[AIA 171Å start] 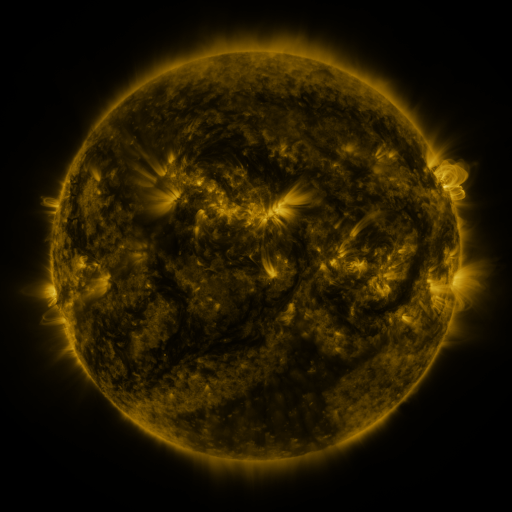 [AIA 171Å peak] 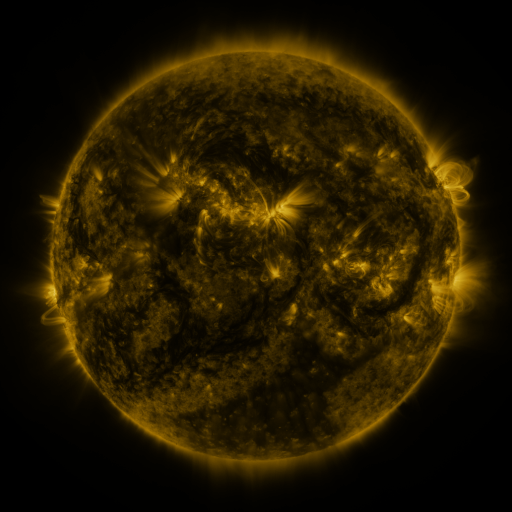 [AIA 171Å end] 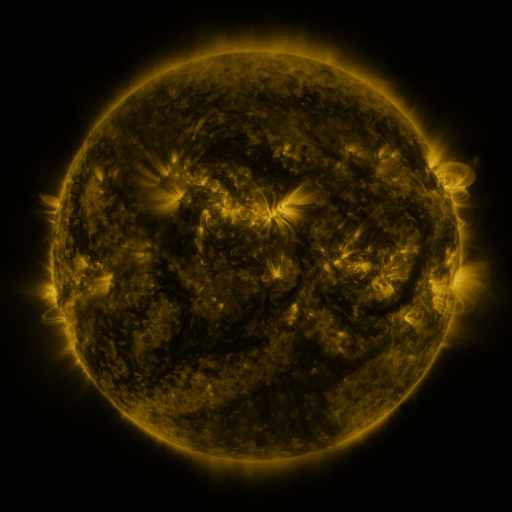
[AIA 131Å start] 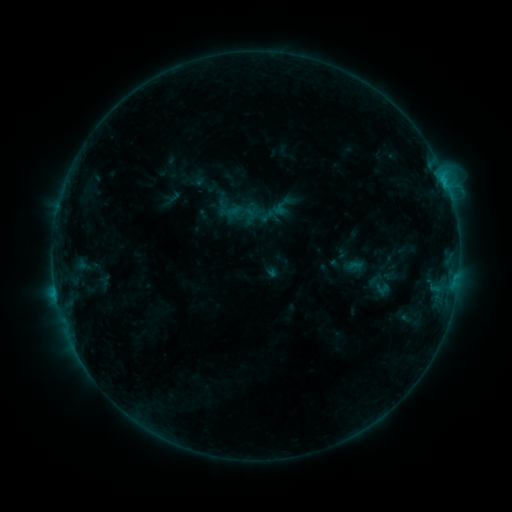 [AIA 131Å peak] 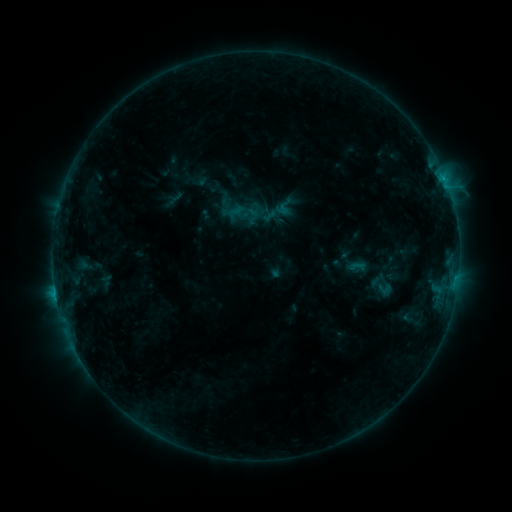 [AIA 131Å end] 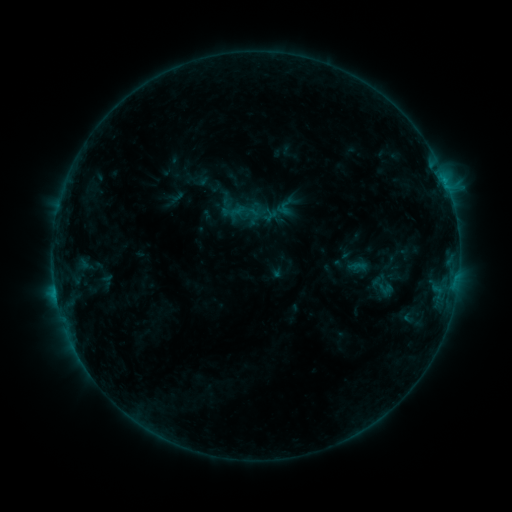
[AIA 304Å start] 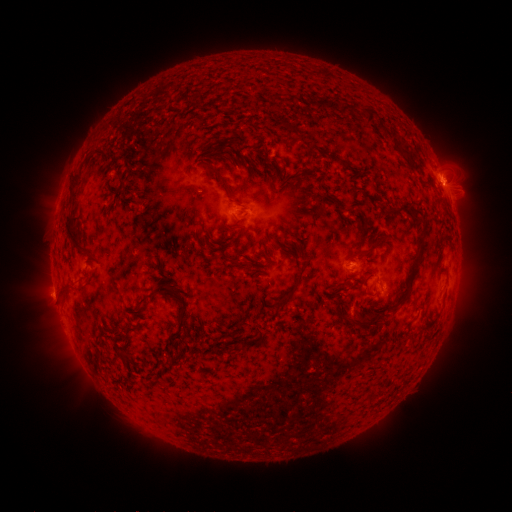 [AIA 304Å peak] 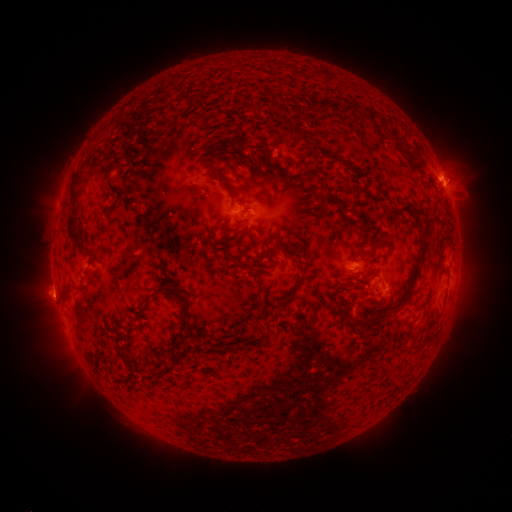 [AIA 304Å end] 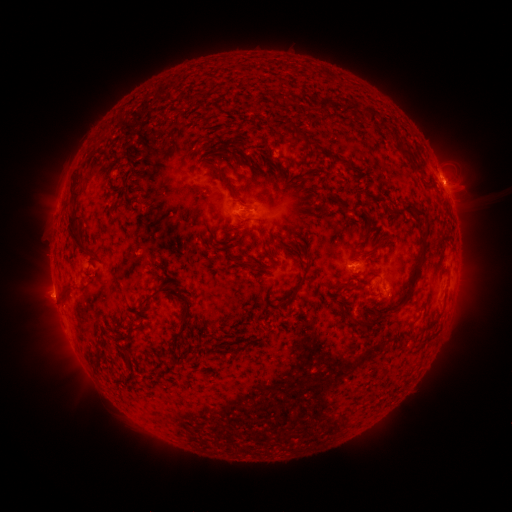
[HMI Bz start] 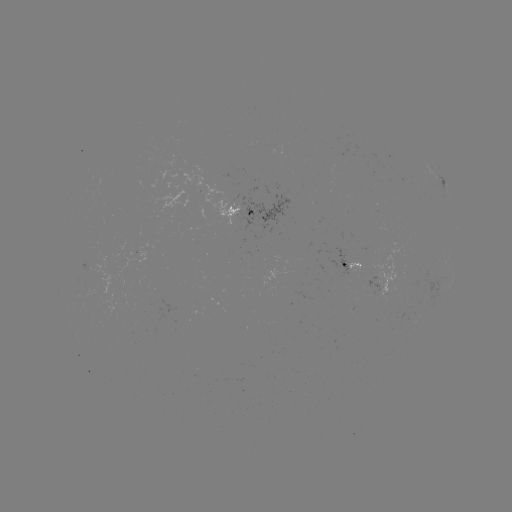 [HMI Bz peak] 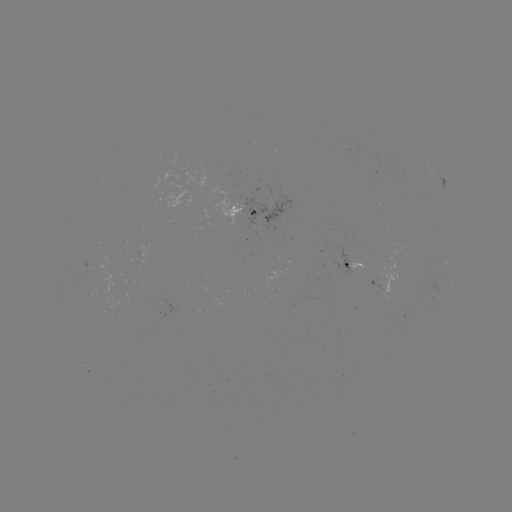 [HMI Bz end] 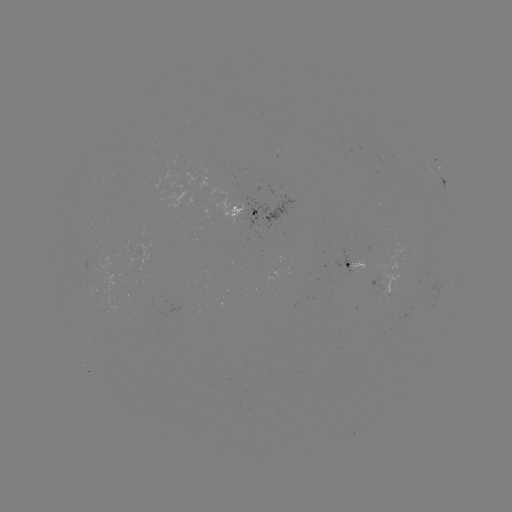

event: emerging-flux region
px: (370, 286)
